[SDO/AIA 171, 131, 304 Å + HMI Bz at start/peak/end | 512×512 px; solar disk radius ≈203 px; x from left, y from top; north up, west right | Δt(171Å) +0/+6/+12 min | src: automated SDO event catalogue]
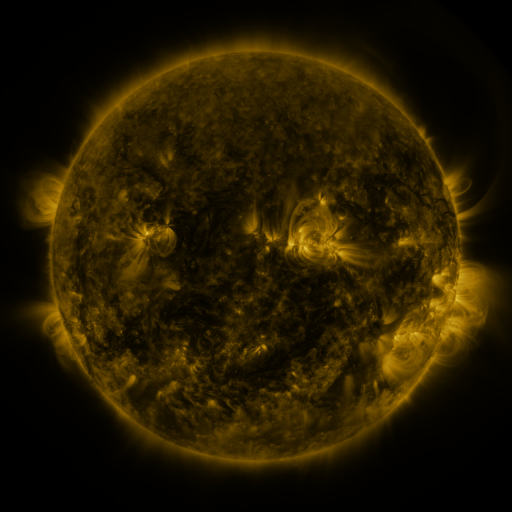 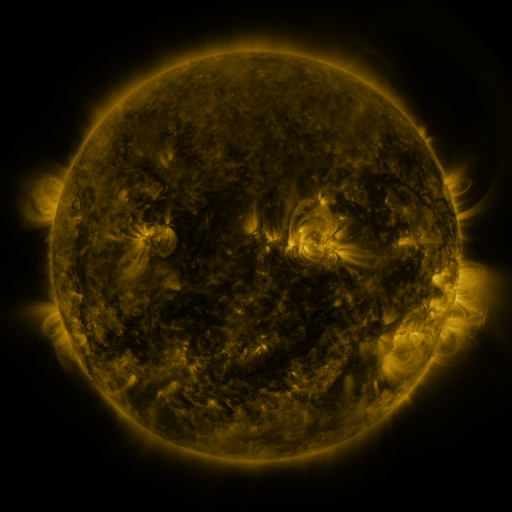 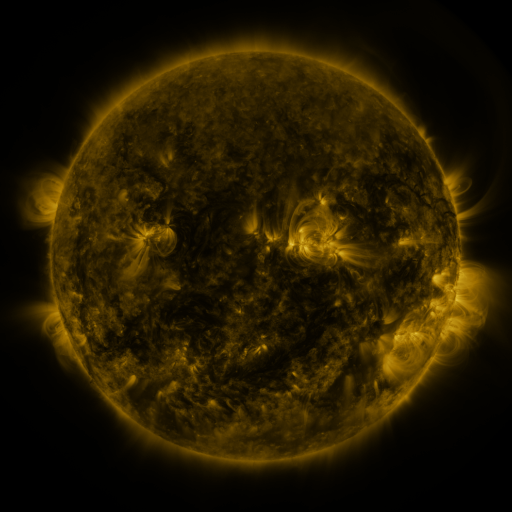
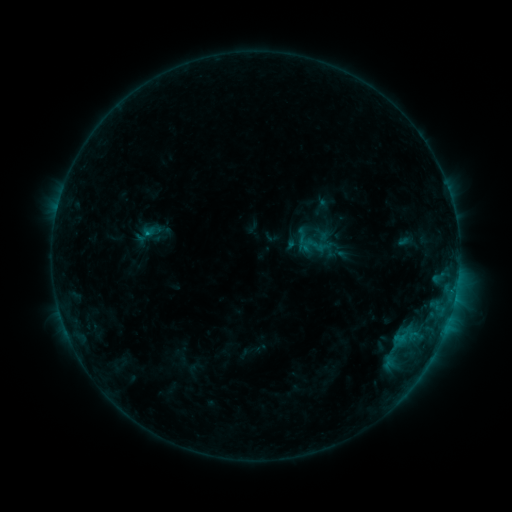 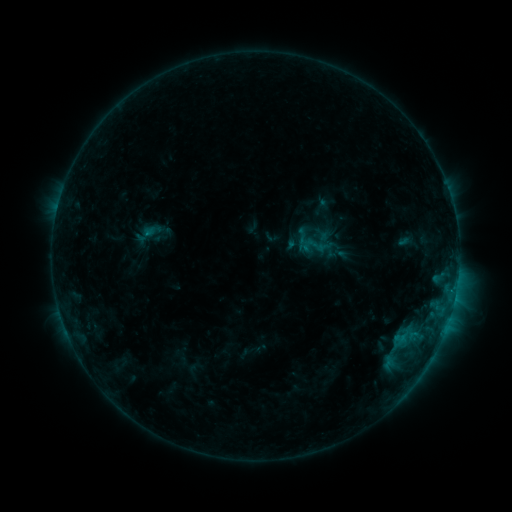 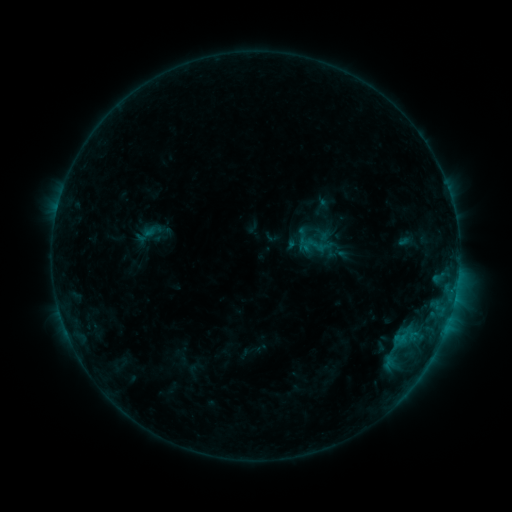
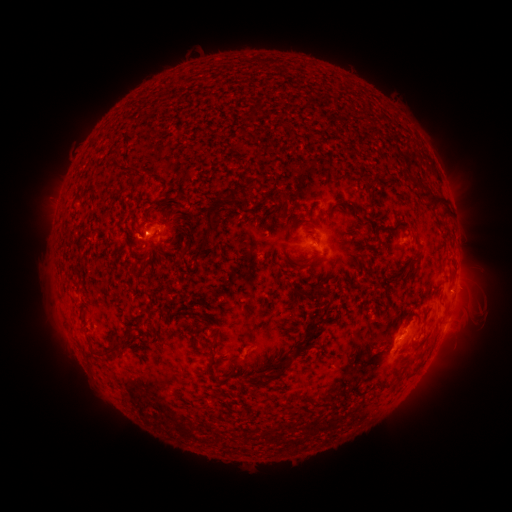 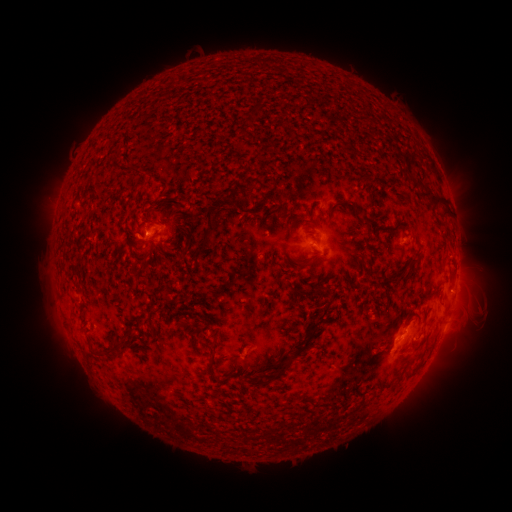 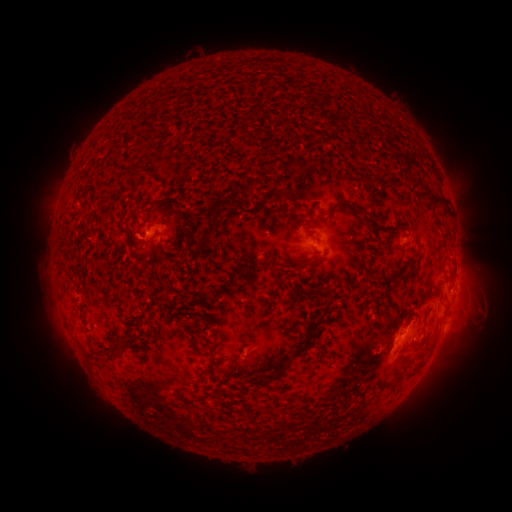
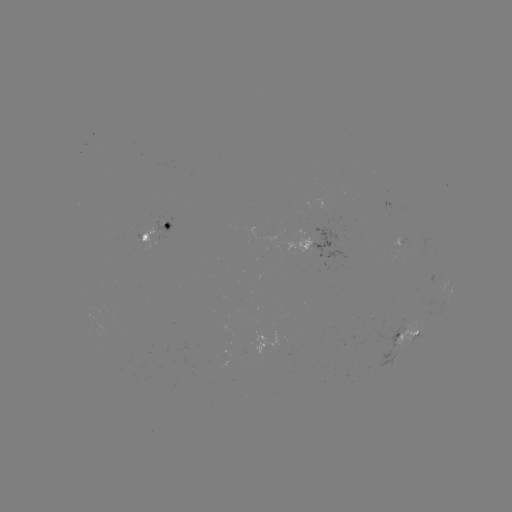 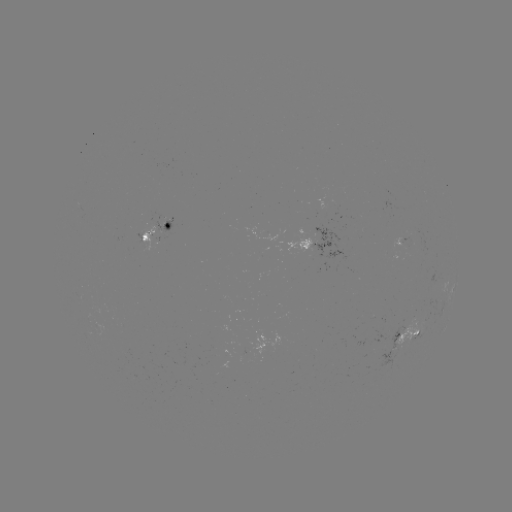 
no flare in any classed list; no EUV-trigger detection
